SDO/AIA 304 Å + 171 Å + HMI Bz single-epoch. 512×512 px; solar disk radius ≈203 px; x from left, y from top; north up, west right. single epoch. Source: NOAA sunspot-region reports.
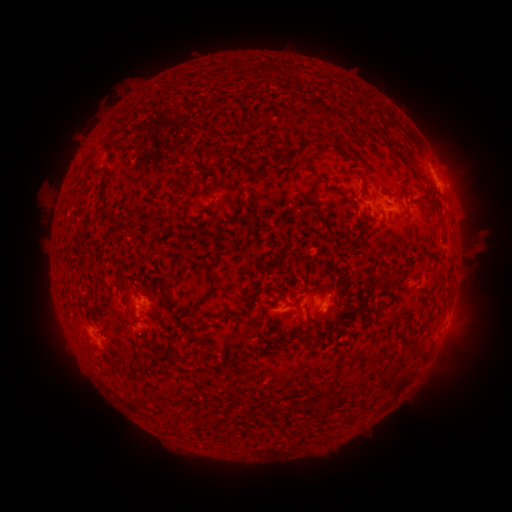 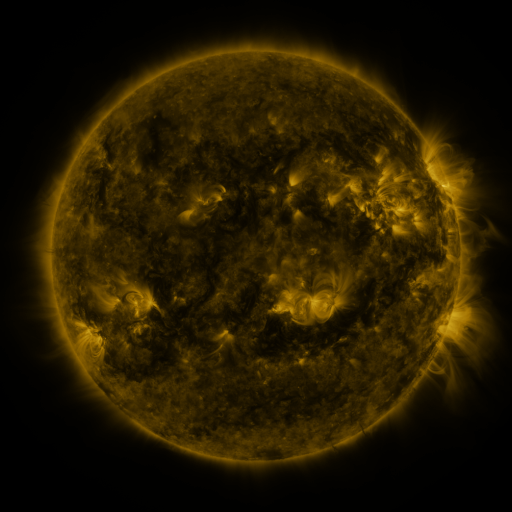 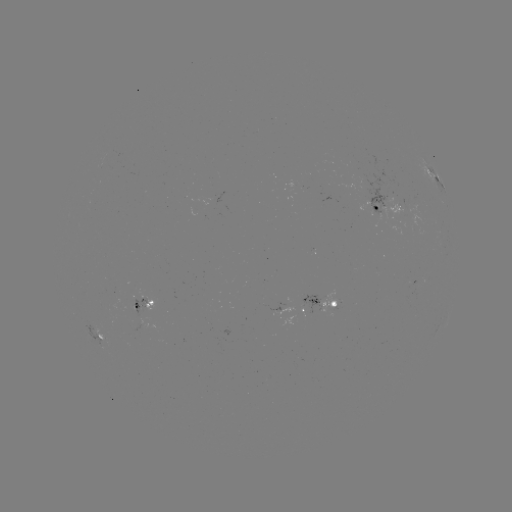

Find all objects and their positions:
spotted active region: (435, 180)
spotted active region: (387, 205)
spotted active region: (142, 303)
spotted active region: (325, 304)
spotted active region: (292, 313)
spotted active region: (102, 338)
